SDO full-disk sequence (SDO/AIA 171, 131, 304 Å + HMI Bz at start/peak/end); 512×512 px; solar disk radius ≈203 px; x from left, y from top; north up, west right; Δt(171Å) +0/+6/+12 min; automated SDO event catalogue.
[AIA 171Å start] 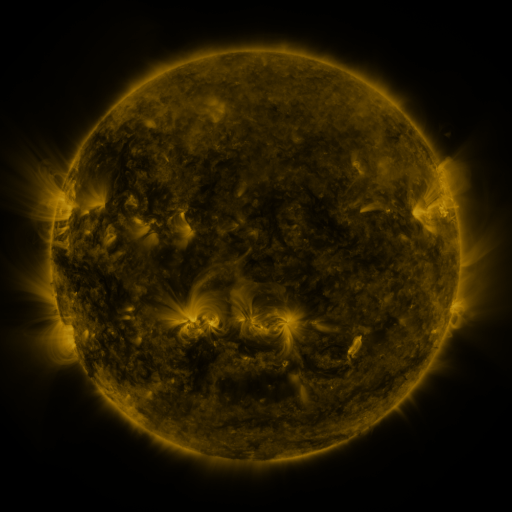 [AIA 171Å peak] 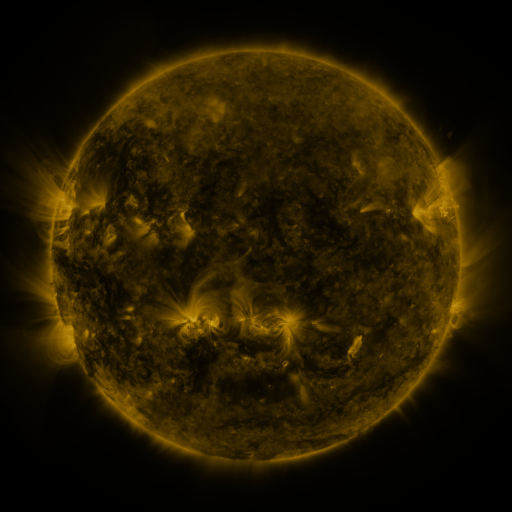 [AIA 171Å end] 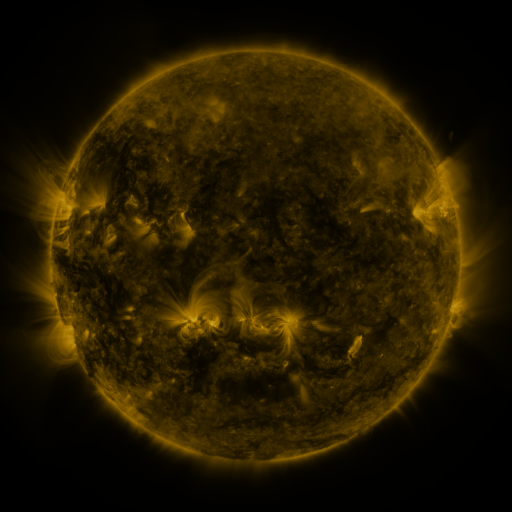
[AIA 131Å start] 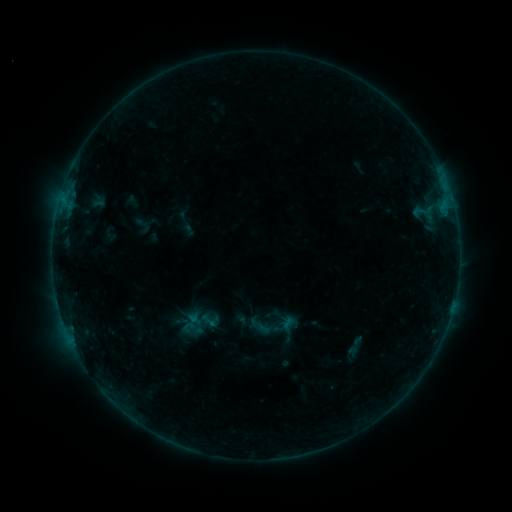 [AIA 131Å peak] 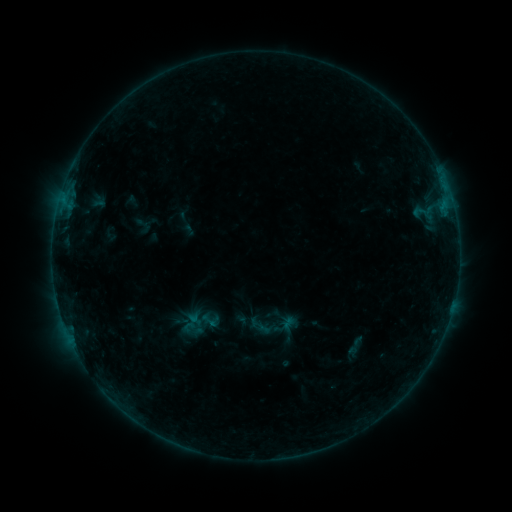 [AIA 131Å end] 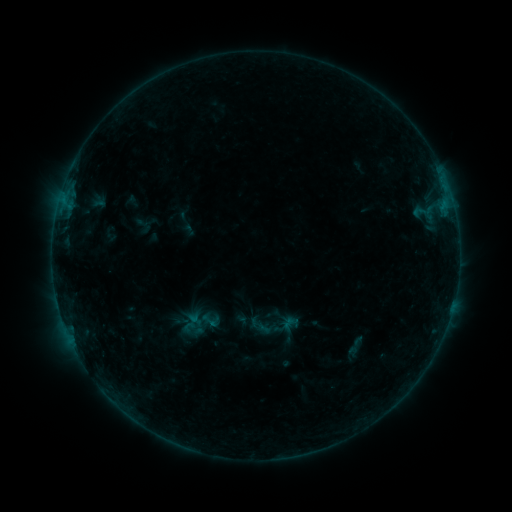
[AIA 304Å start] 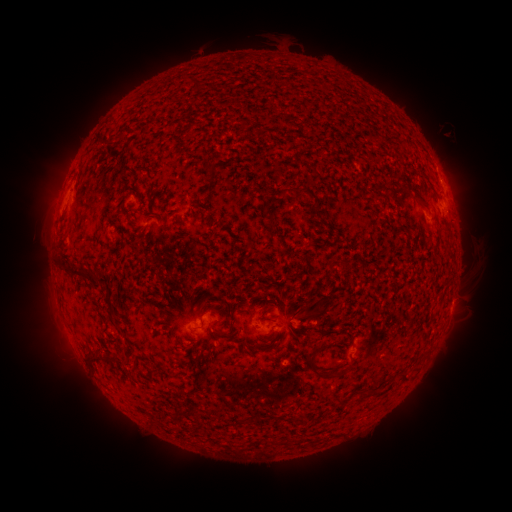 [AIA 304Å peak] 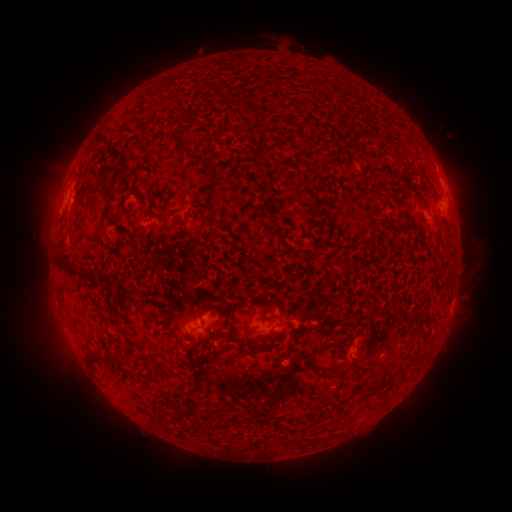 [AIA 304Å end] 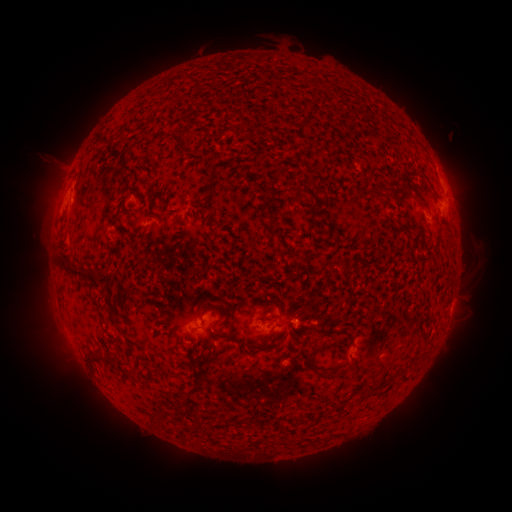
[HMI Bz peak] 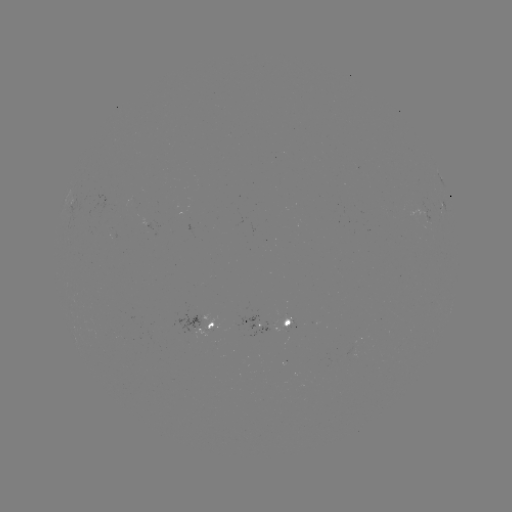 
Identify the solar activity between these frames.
no catalogued flare and no flagged EUV brightening in this window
